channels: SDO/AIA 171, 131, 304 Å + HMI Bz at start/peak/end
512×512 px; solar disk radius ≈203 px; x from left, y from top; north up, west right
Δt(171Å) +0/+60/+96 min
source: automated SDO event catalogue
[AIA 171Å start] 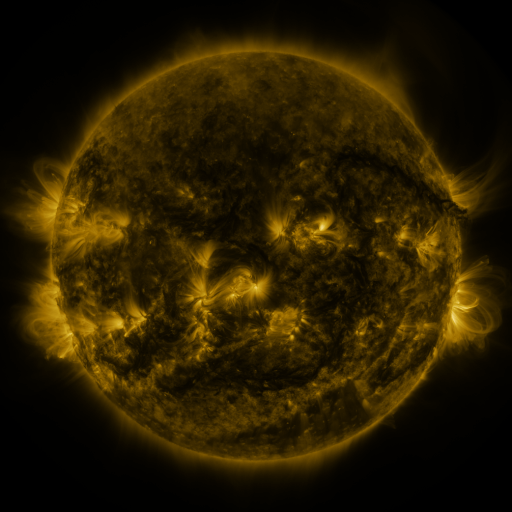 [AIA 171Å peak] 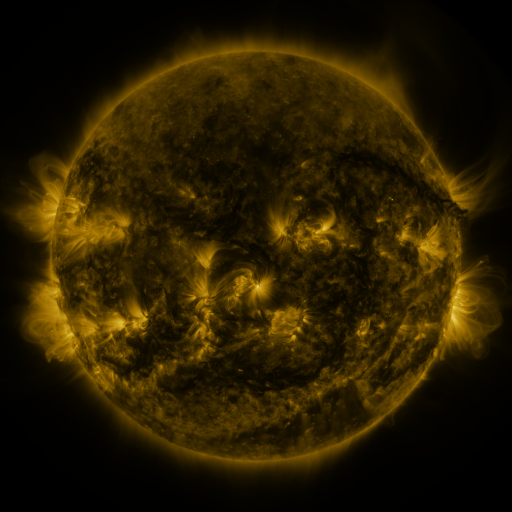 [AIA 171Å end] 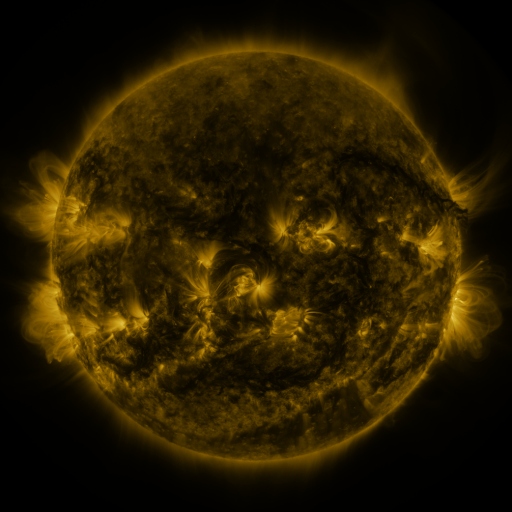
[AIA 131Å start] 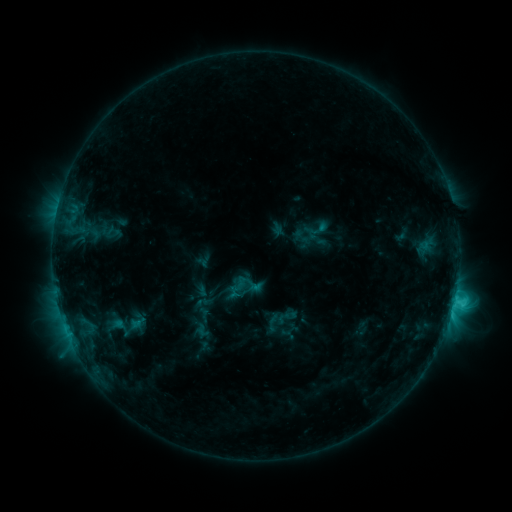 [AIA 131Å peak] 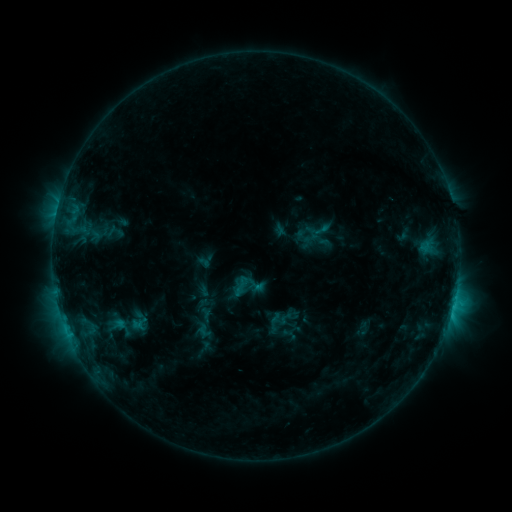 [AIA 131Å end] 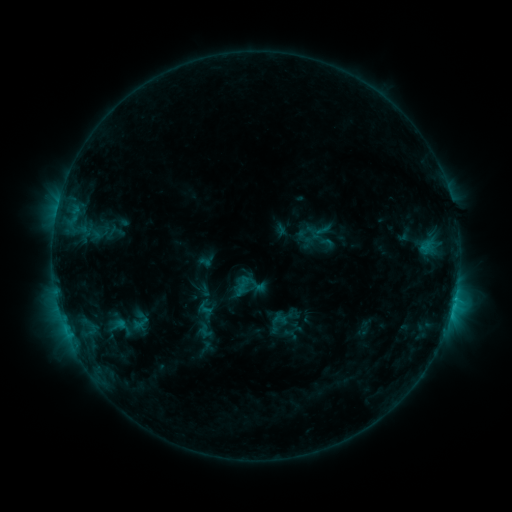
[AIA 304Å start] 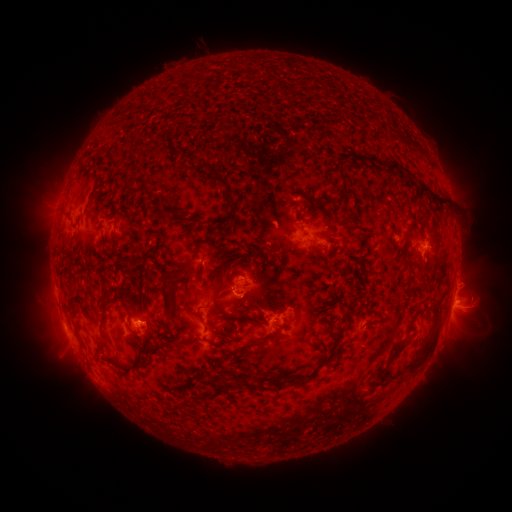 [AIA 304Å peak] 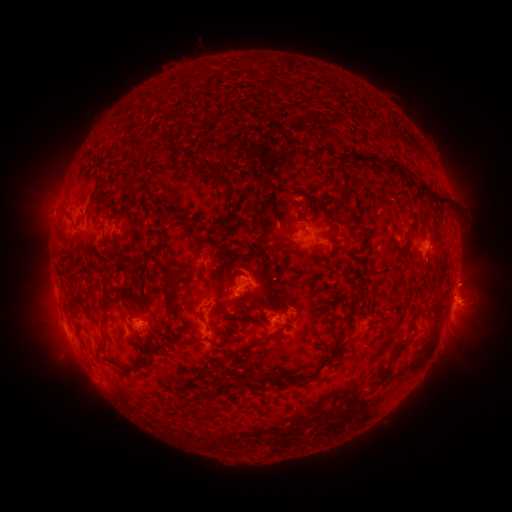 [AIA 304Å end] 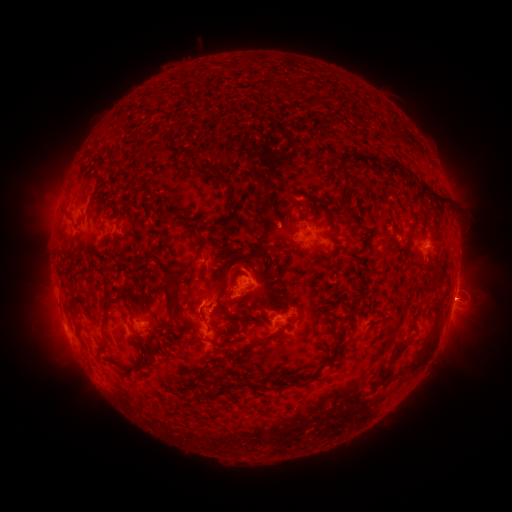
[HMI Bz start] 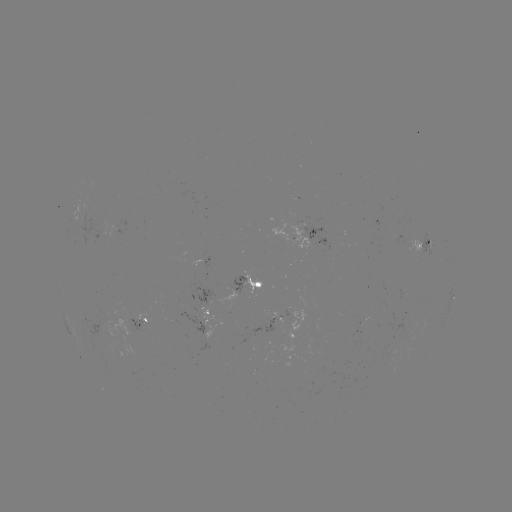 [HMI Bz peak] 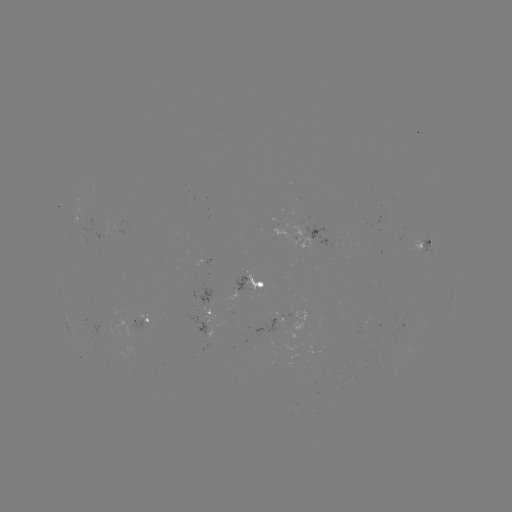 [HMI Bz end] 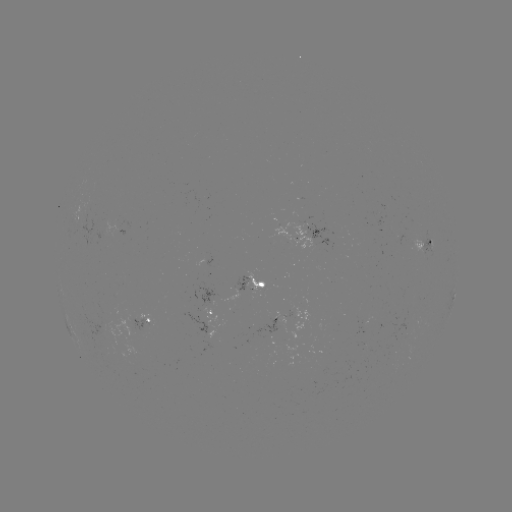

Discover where emerging-flux region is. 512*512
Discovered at [341, 373].